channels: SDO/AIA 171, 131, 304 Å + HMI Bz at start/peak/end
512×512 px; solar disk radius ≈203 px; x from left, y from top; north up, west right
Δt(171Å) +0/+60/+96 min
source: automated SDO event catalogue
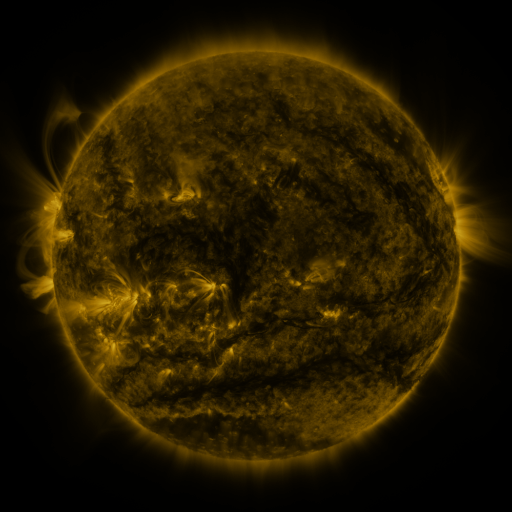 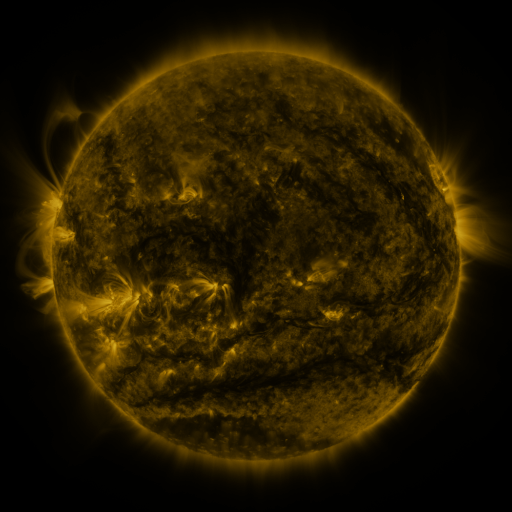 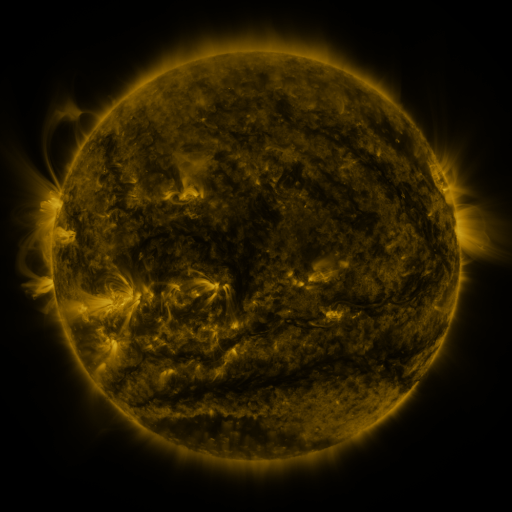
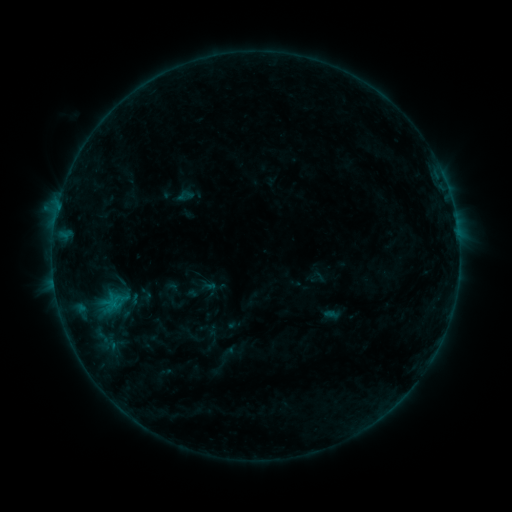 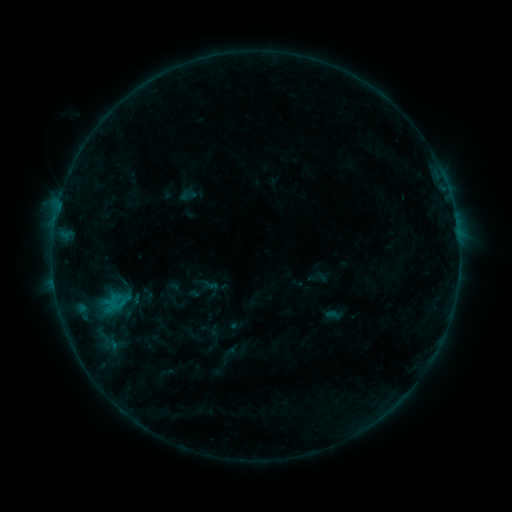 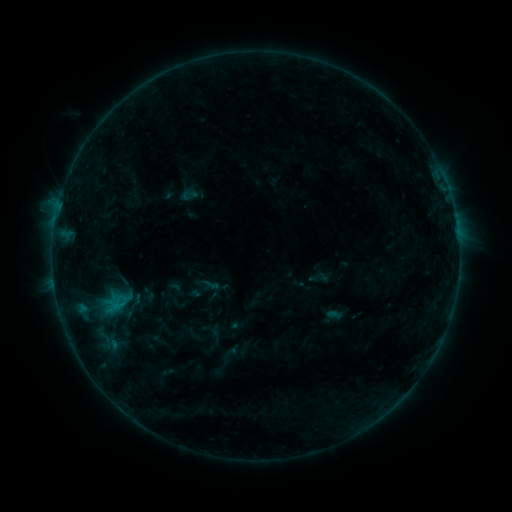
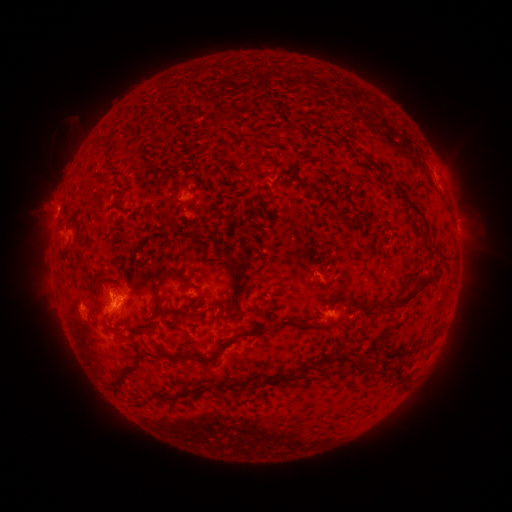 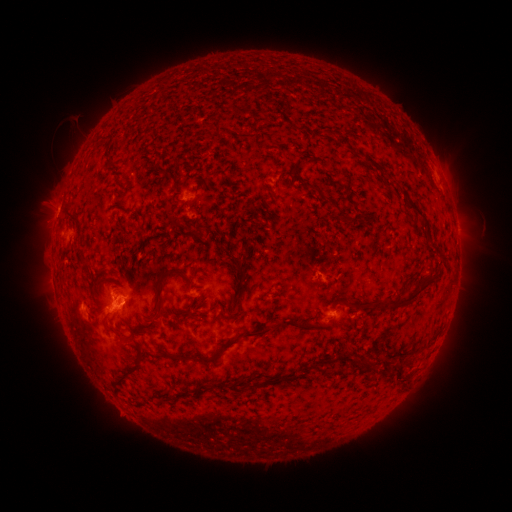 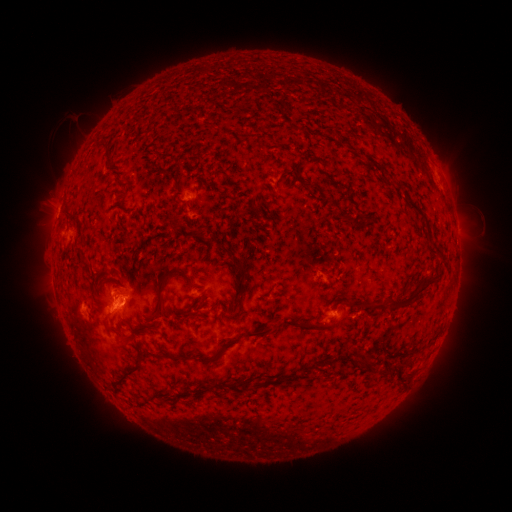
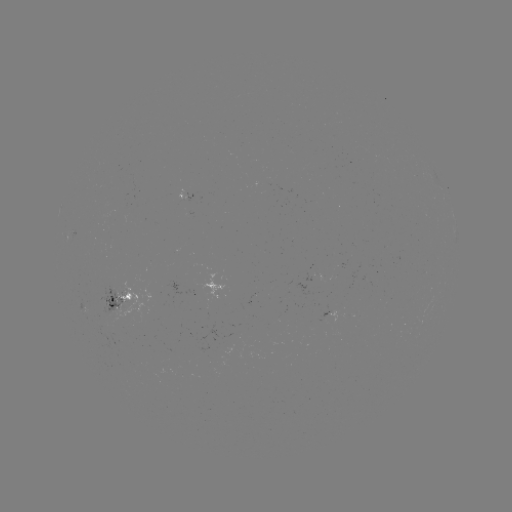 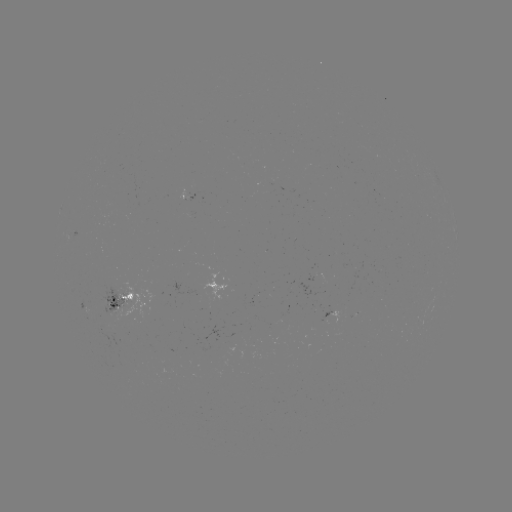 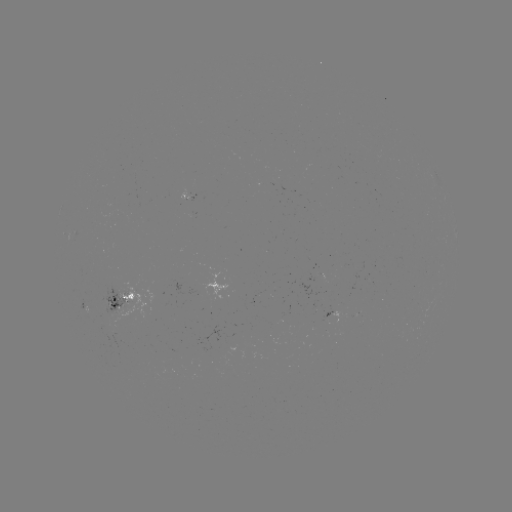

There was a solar emerging-flux region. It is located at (122, 307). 